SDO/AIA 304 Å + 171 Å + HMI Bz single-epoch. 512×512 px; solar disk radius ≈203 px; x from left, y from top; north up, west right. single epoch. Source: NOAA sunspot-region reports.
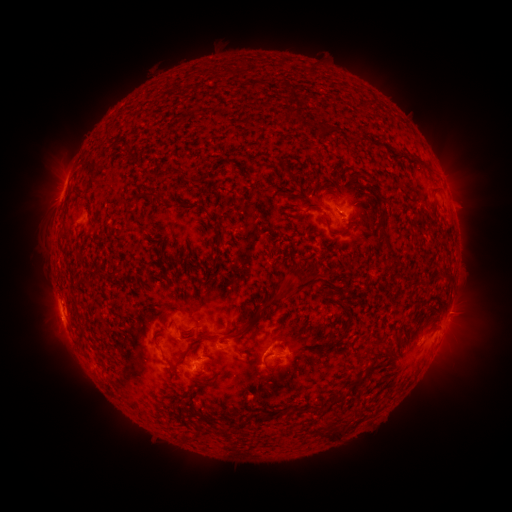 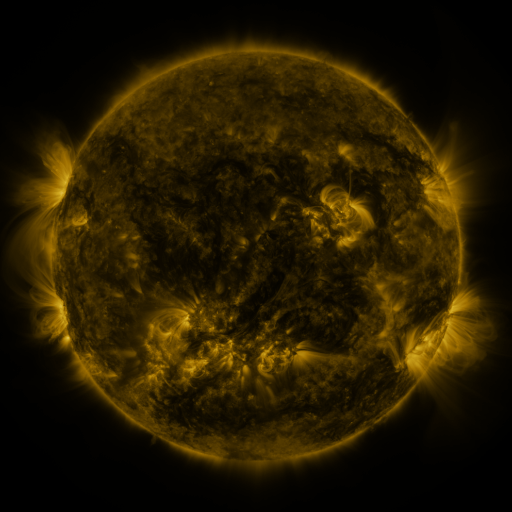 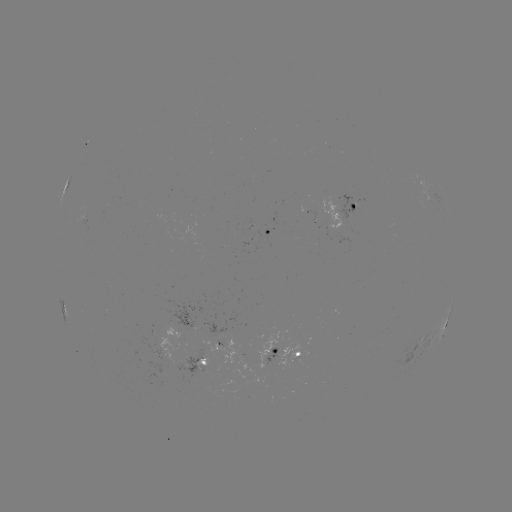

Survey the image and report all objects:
spotted active region: (349, 208)
spotted active region: (269, 231)
spotted active region: (64, 307)
spotted active region: (445, 325)
spotted active region: (176, 334)
spotted active region: (292, 352)
spotted active region: (242, 355)
spotted active region: (202, 366)
